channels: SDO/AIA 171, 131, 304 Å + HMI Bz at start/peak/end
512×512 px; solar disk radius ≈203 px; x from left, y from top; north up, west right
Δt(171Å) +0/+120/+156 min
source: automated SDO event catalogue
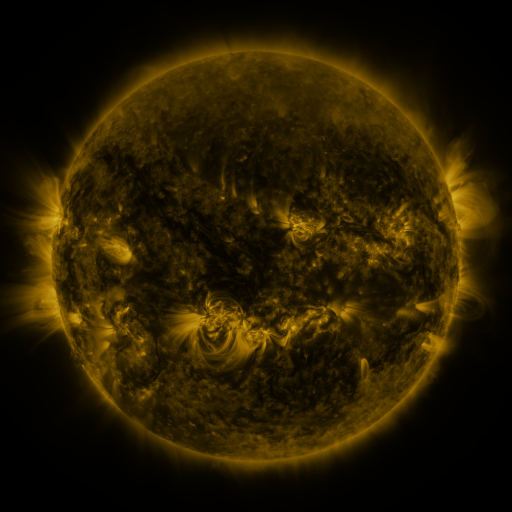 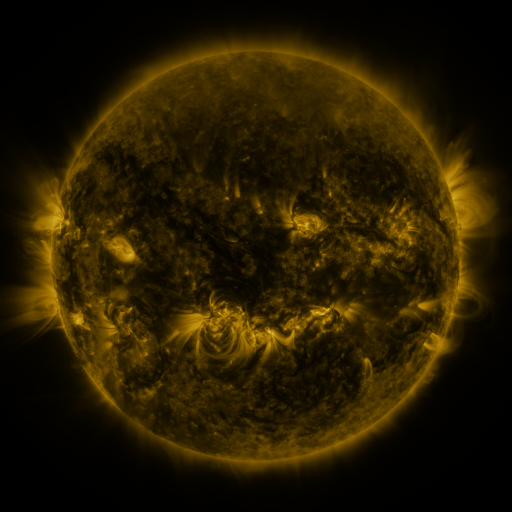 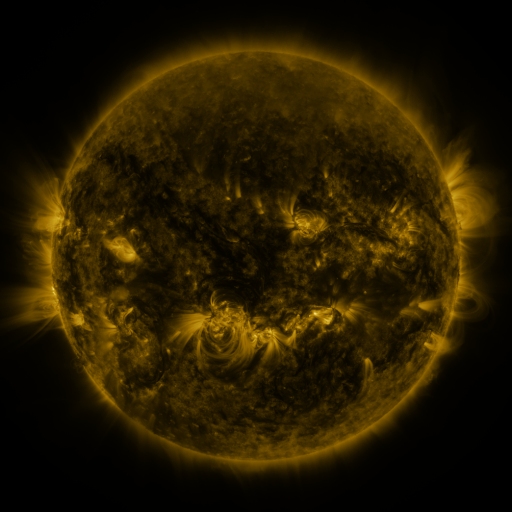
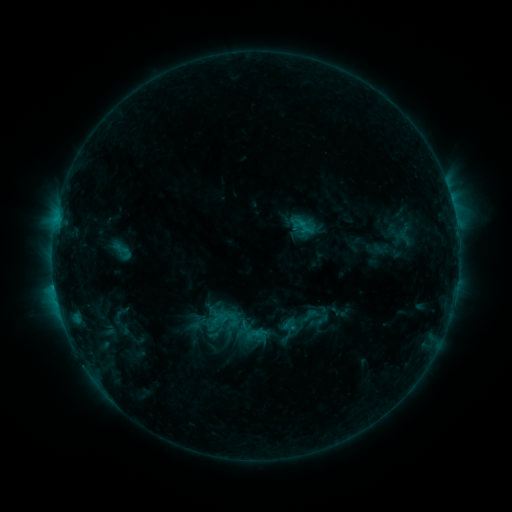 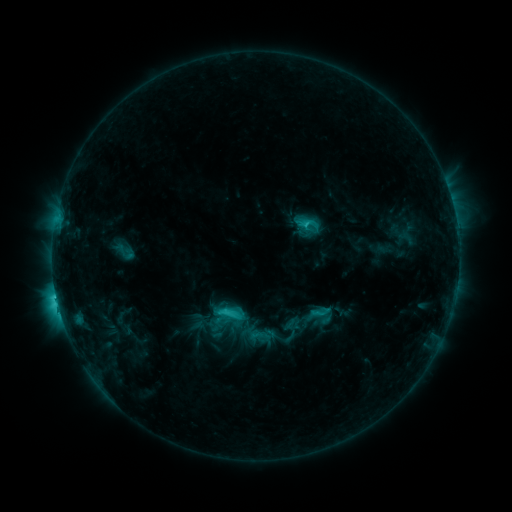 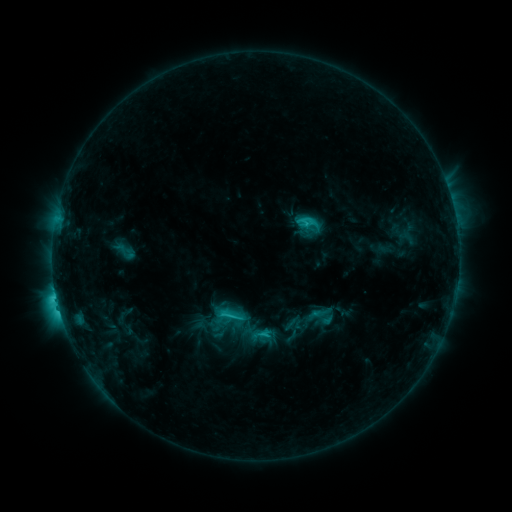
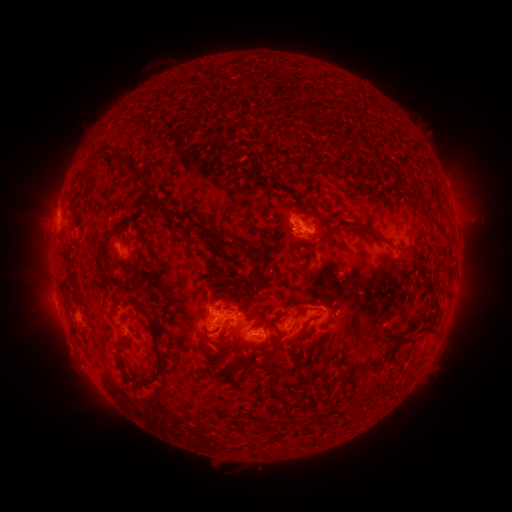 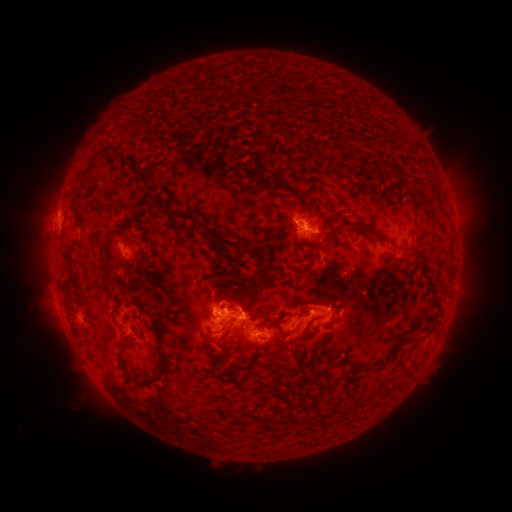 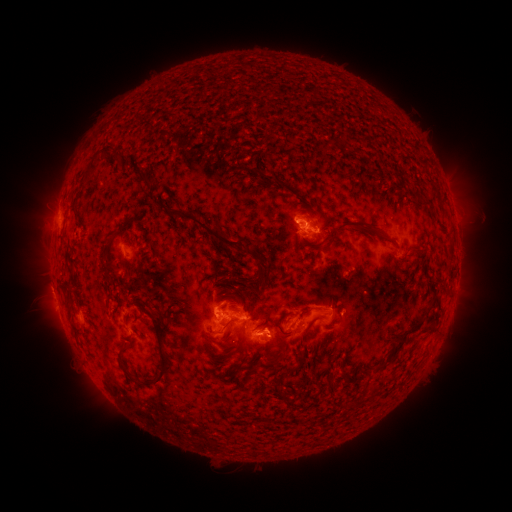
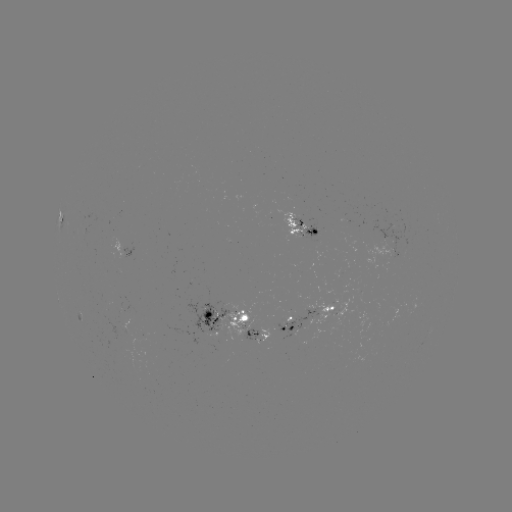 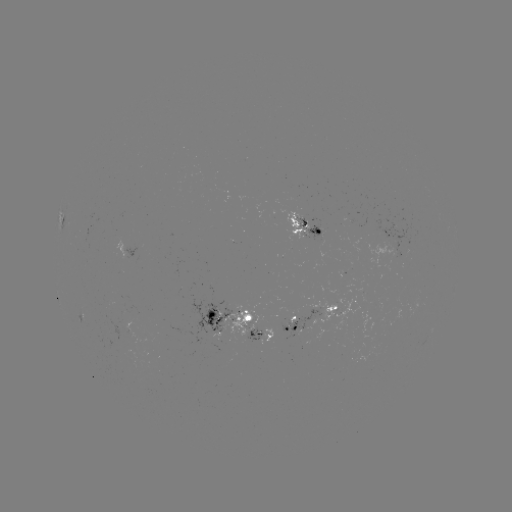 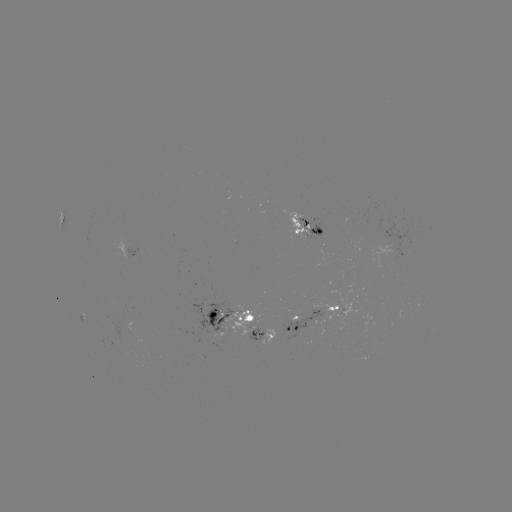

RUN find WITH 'emerging-flux region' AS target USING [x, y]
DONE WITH [250, 338] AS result